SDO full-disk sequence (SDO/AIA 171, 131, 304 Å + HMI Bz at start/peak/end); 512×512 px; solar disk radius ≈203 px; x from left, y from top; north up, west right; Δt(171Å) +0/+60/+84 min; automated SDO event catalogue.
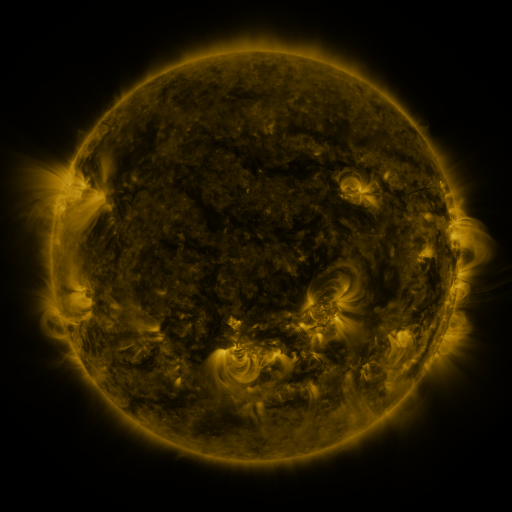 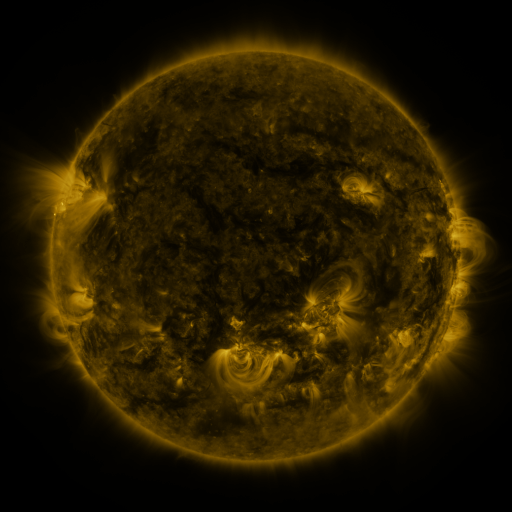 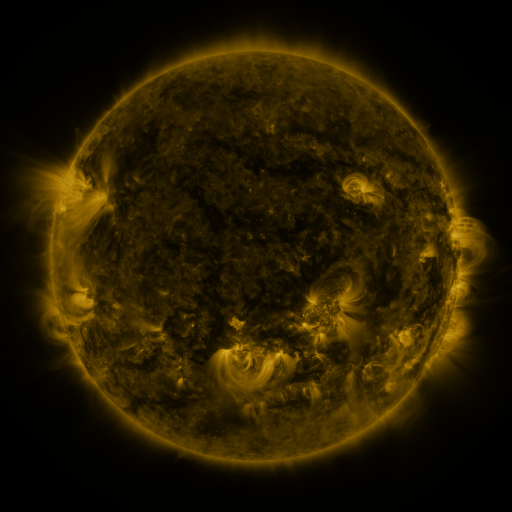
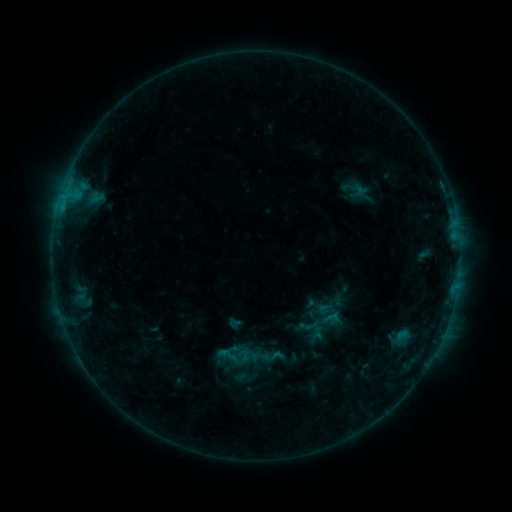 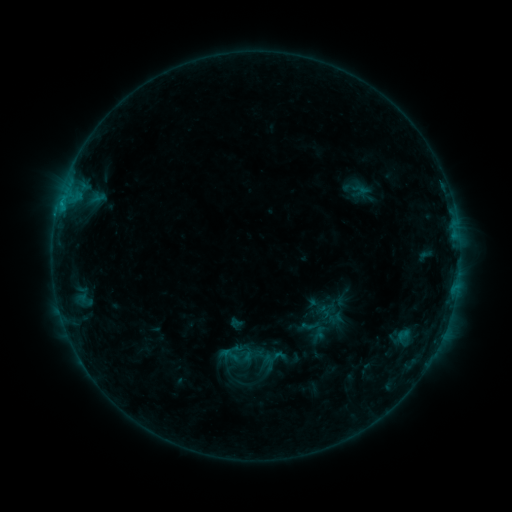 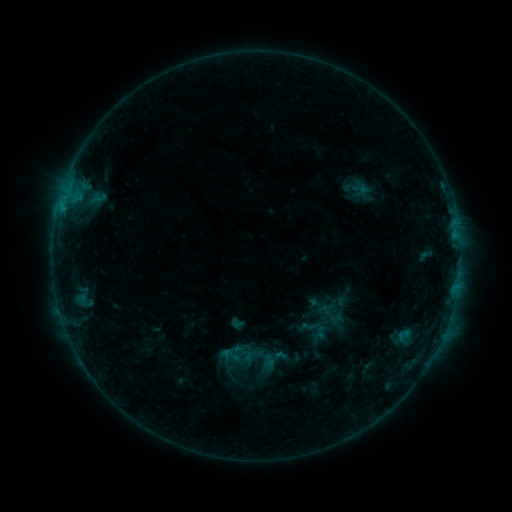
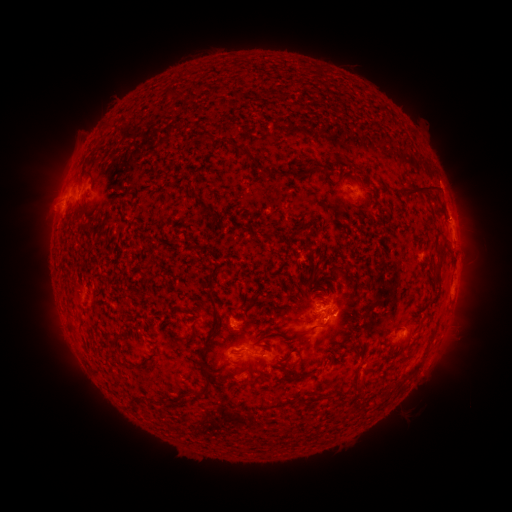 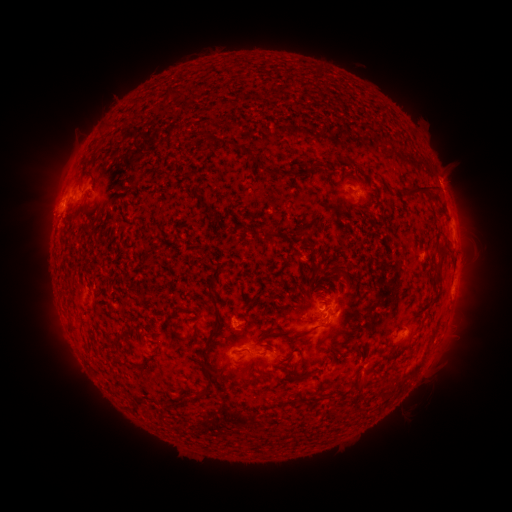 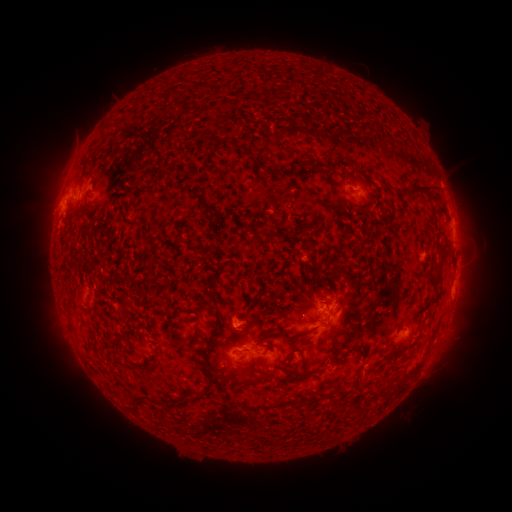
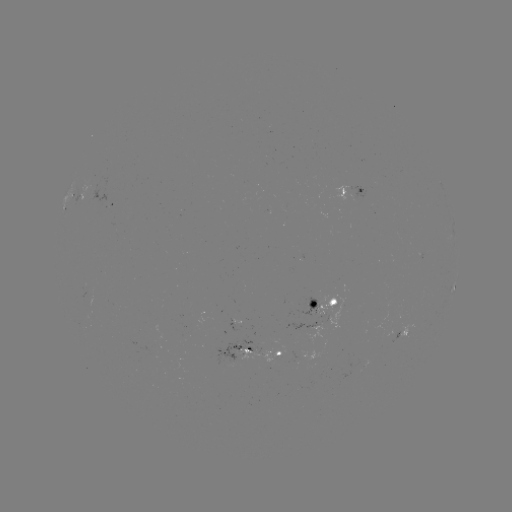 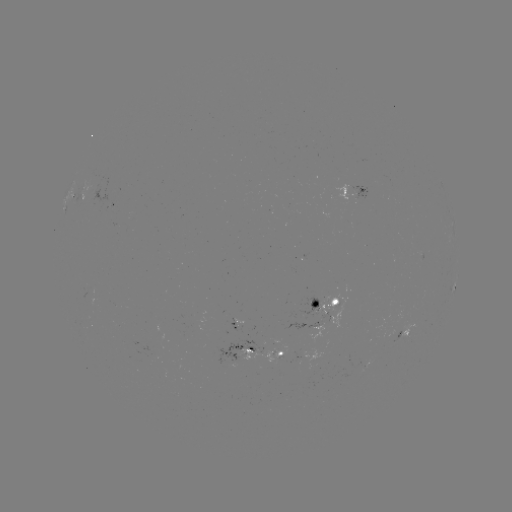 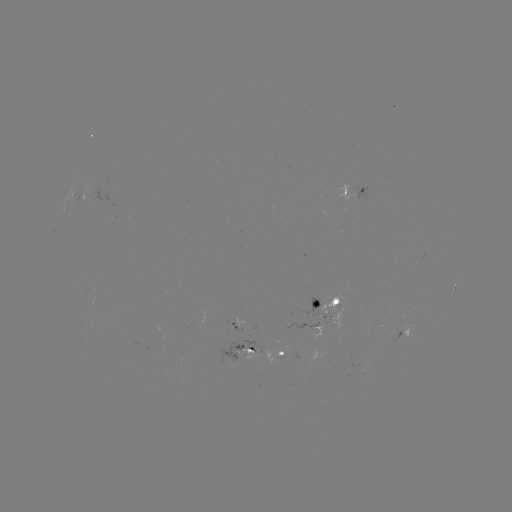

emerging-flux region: <bbox>285, 312, 329, 329</bbox>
